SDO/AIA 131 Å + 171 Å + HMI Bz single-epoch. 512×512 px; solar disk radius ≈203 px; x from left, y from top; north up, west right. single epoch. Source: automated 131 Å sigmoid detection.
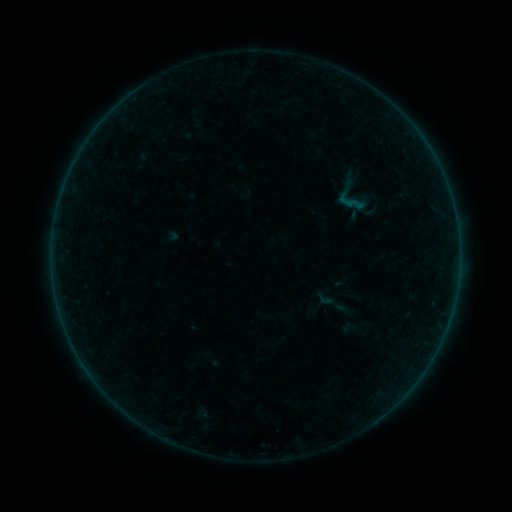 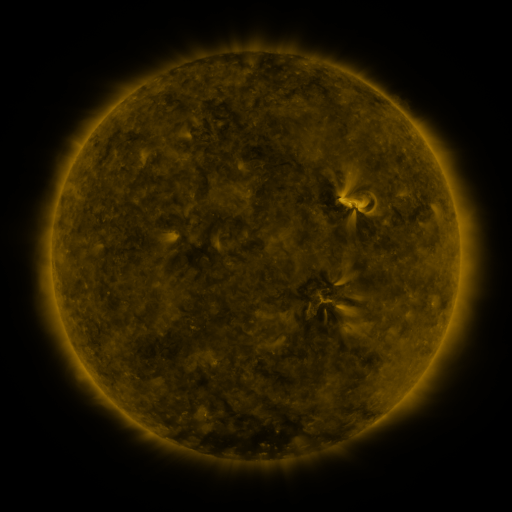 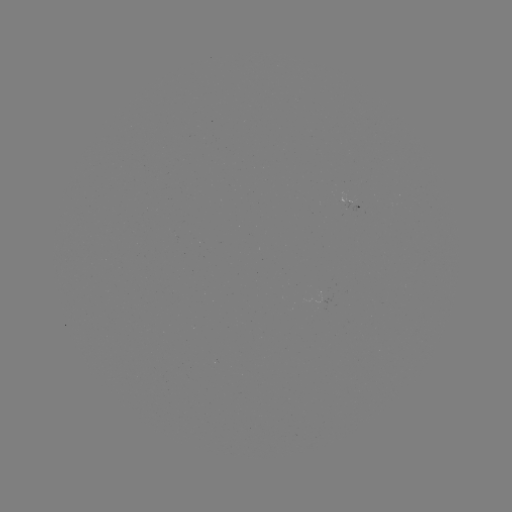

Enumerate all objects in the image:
sigmoid: (330, 180, 371, 221)
